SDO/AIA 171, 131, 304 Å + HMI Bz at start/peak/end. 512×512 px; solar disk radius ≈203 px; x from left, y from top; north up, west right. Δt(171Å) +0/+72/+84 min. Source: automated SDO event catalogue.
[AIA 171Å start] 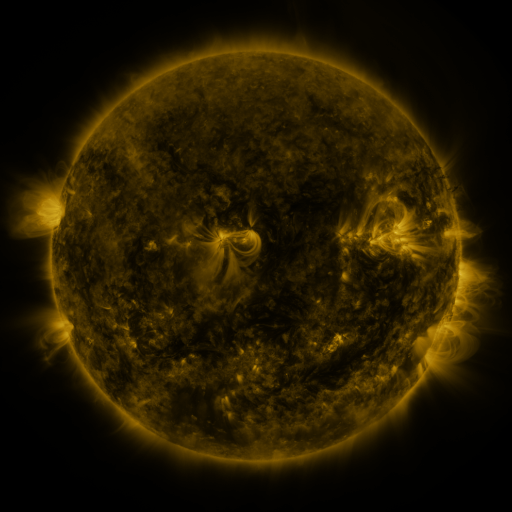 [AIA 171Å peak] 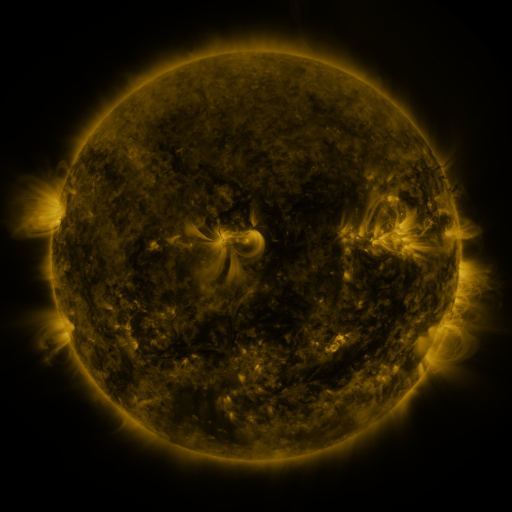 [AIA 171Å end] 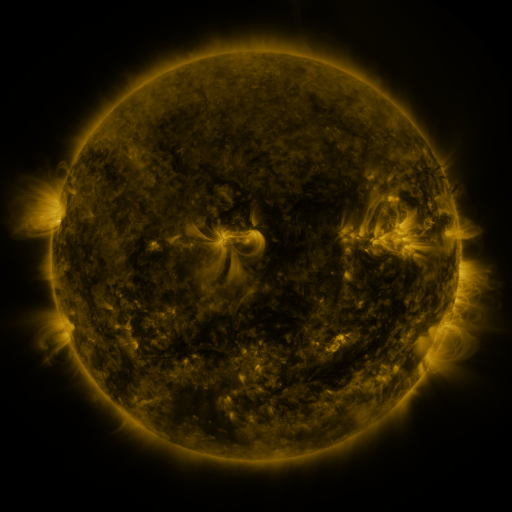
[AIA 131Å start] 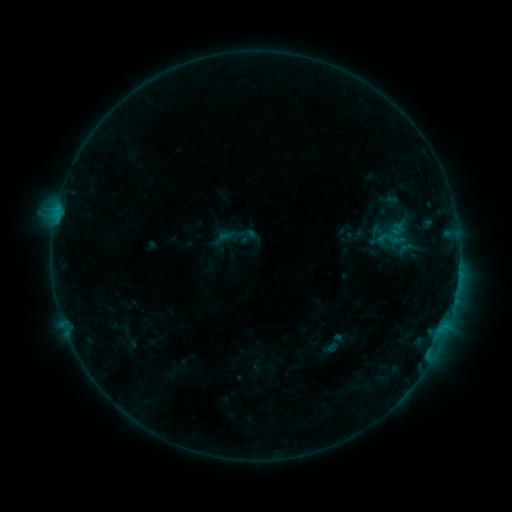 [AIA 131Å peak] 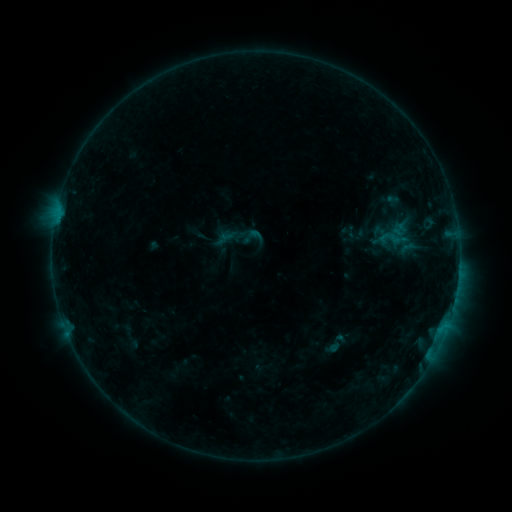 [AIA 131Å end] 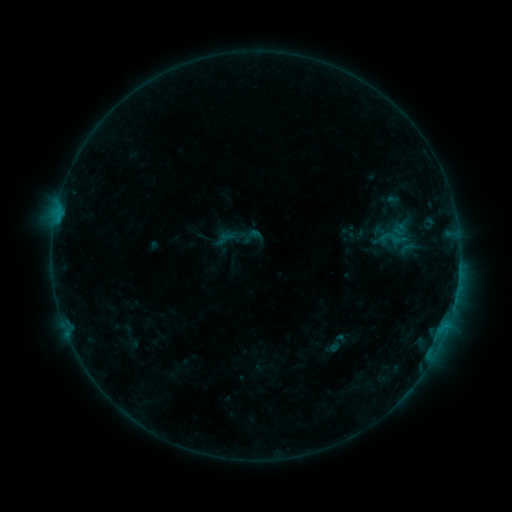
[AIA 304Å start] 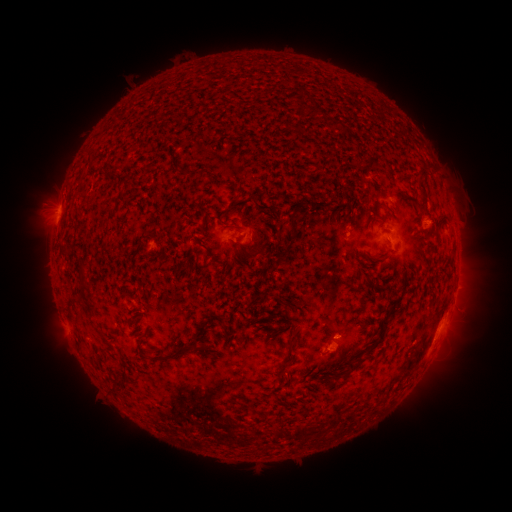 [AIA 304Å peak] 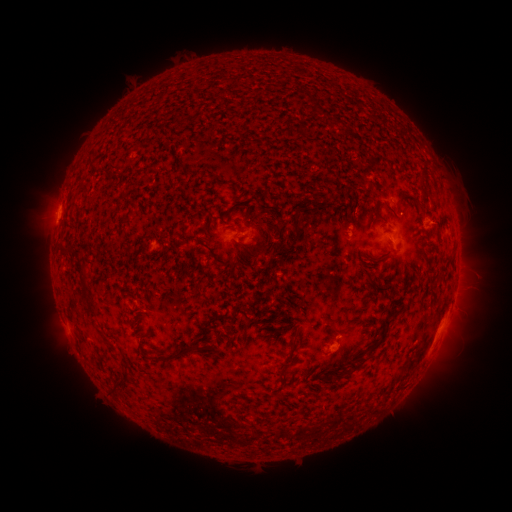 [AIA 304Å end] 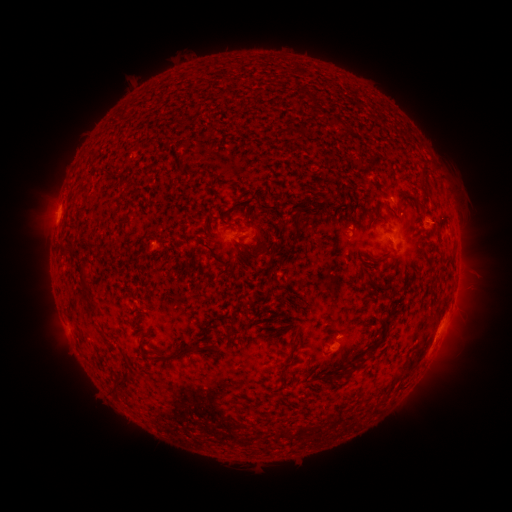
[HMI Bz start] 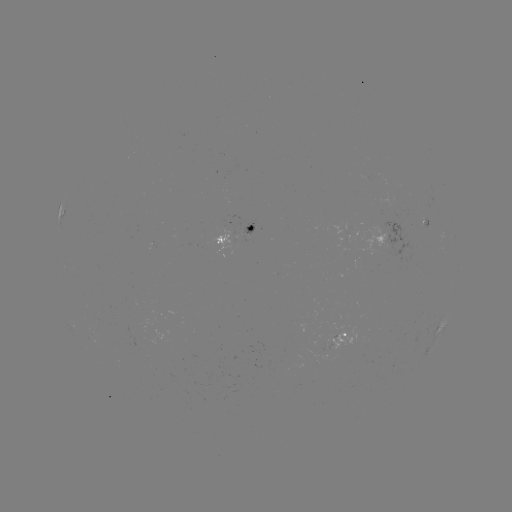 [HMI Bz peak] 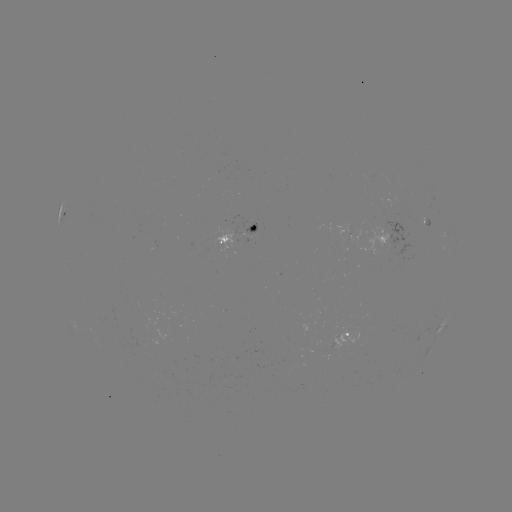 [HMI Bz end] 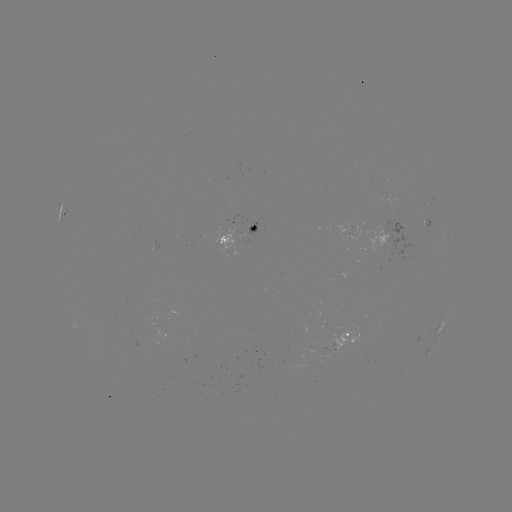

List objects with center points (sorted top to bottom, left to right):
emerging-flux region: (339, 341)
